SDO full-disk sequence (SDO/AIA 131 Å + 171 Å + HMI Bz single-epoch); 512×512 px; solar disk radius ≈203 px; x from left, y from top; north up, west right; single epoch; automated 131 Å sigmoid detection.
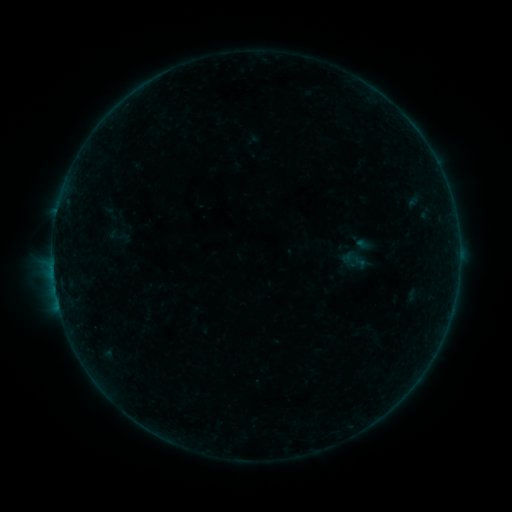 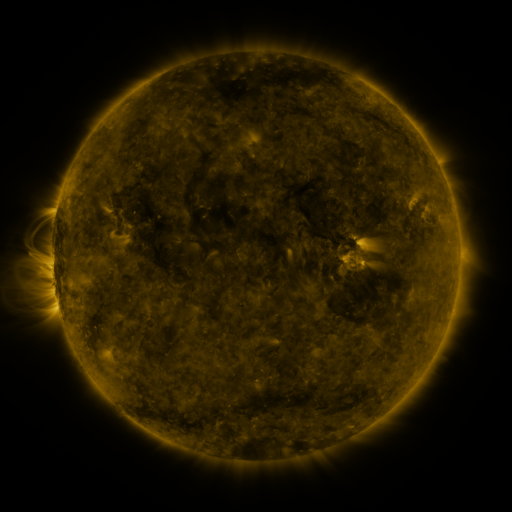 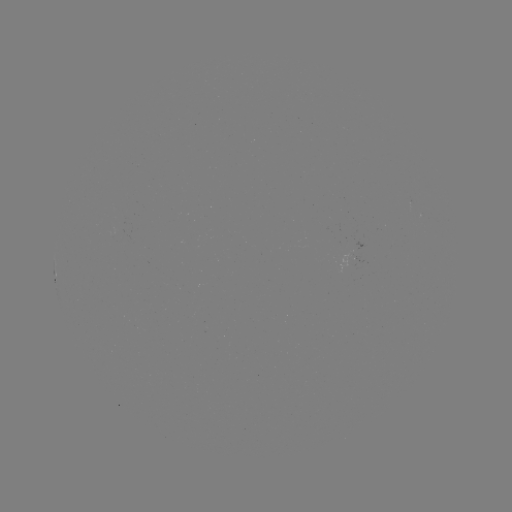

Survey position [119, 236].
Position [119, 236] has sigmoid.